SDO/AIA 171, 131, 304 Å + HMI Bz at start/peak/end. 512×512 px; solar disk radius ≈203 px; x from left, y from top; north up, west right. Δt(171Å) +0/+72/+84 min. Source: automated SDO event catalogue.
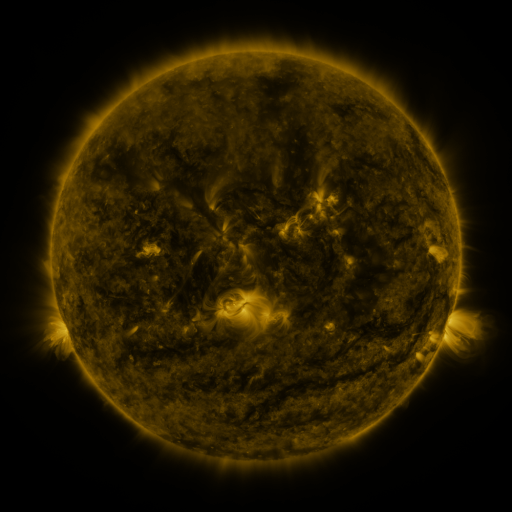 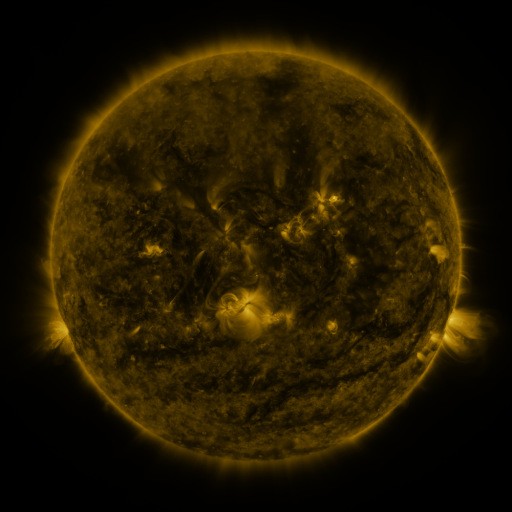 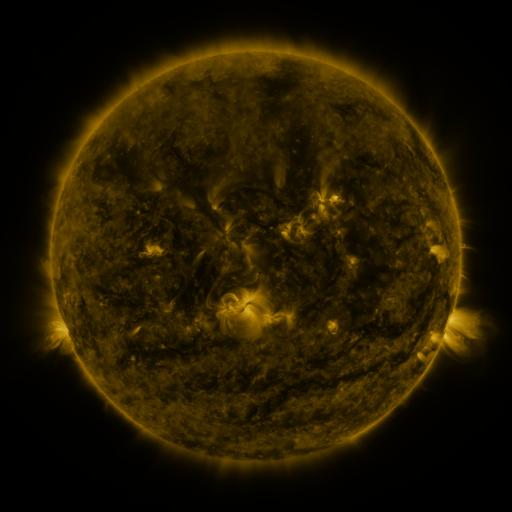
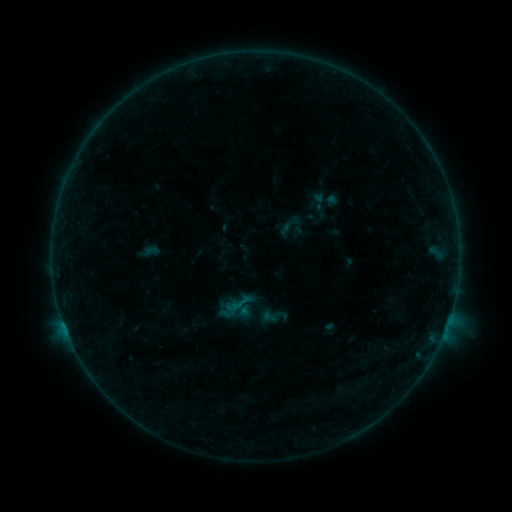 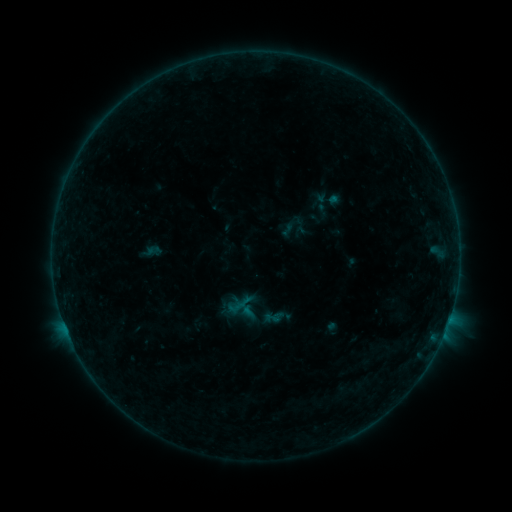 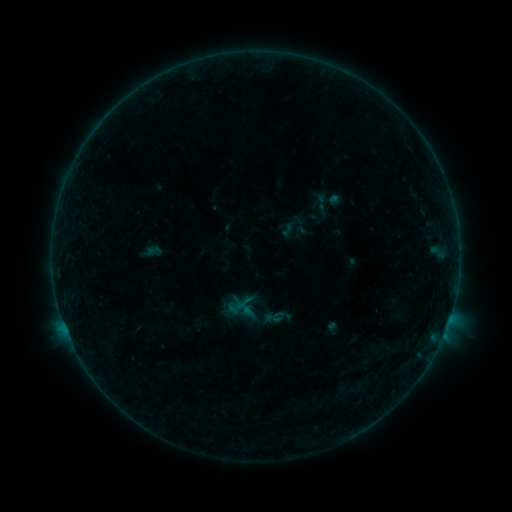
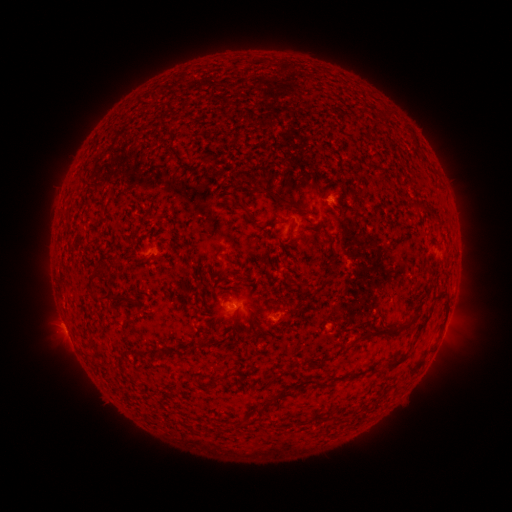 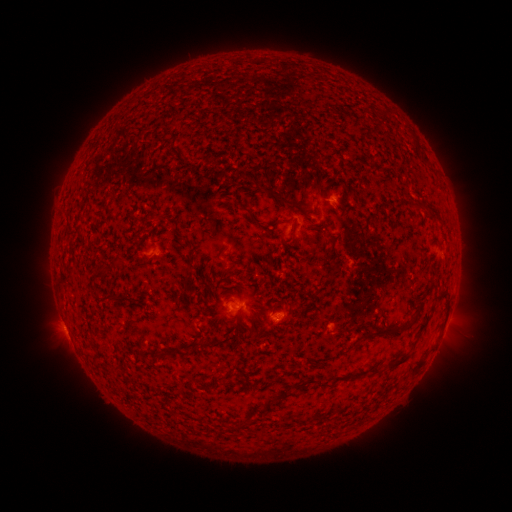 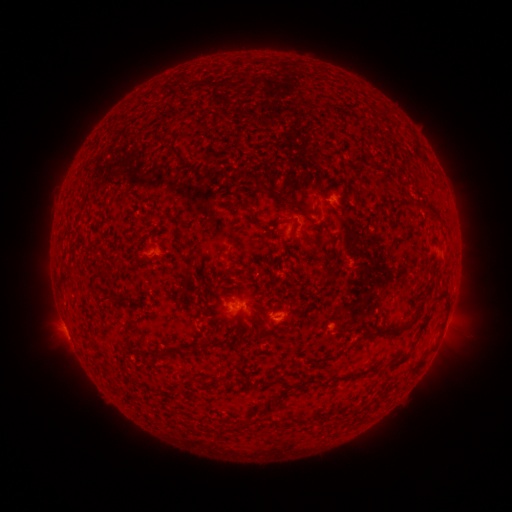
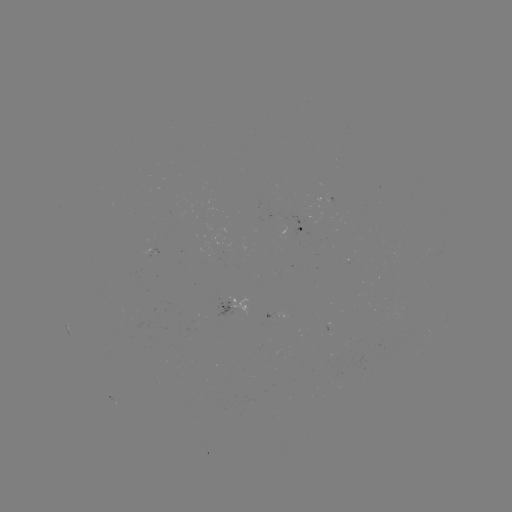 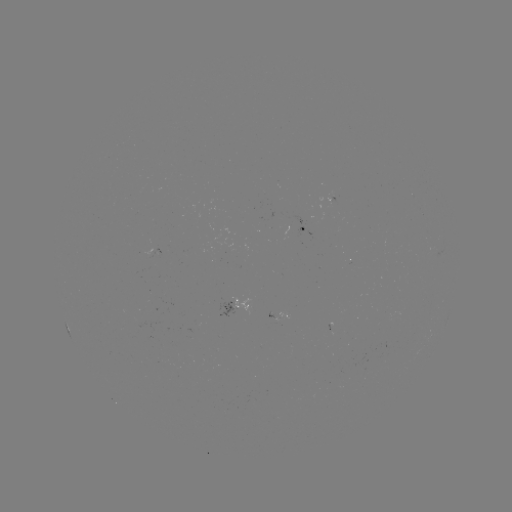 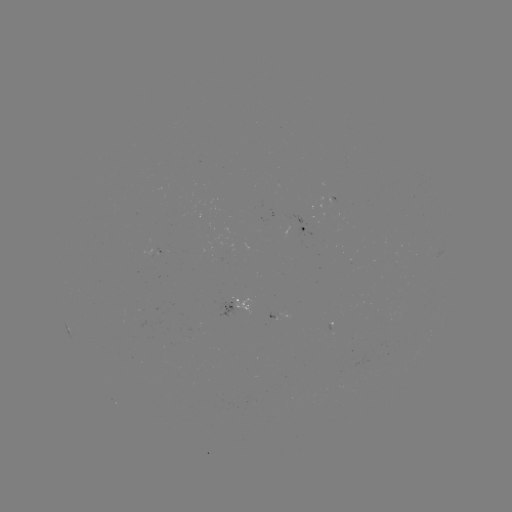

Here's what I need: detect emerging-flux region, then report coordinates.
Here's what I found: emerging-flux region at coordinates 274,317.